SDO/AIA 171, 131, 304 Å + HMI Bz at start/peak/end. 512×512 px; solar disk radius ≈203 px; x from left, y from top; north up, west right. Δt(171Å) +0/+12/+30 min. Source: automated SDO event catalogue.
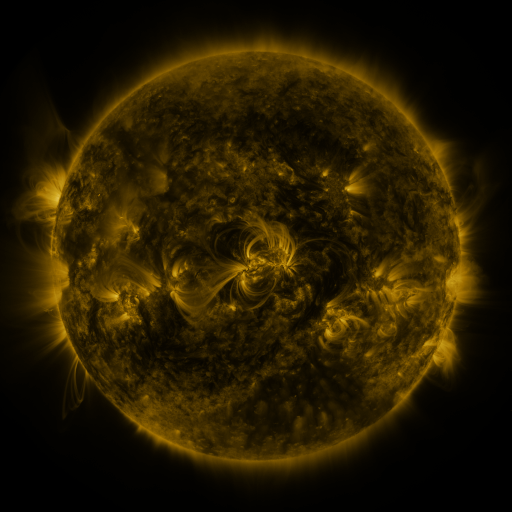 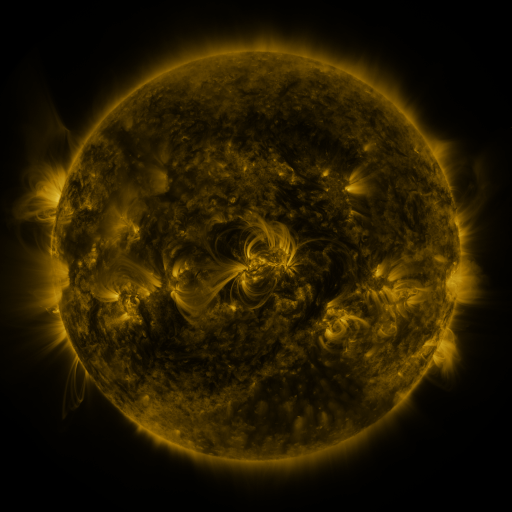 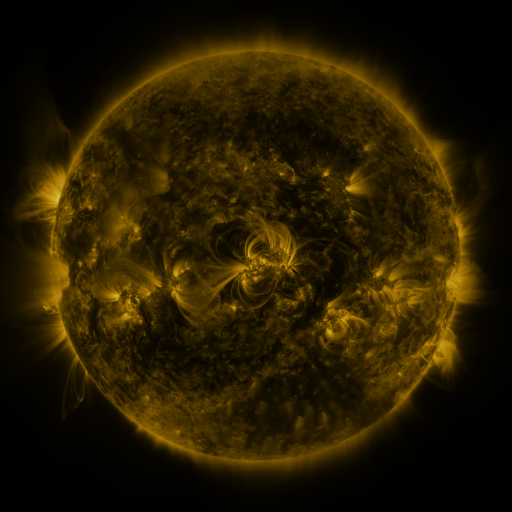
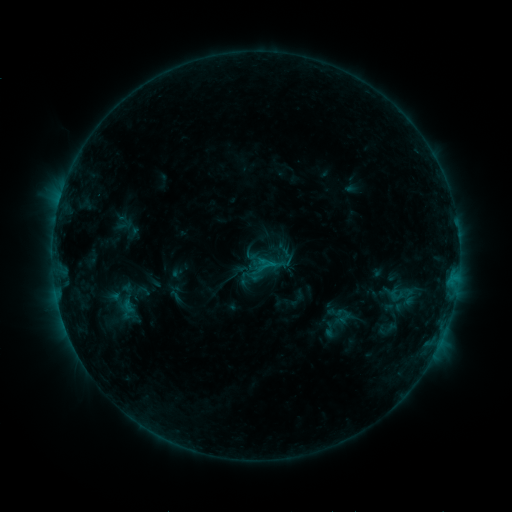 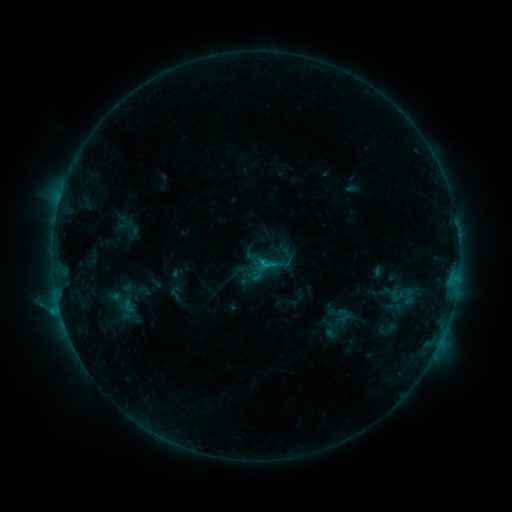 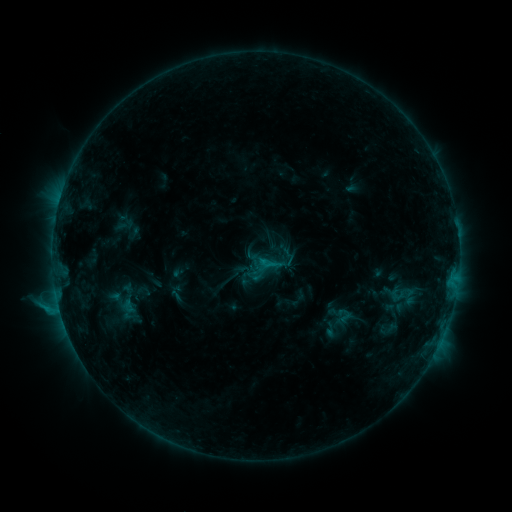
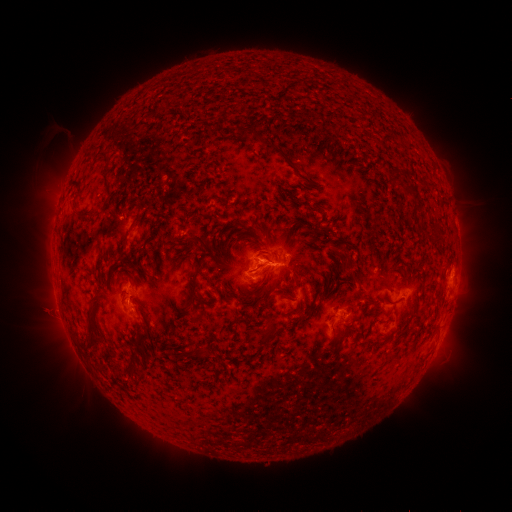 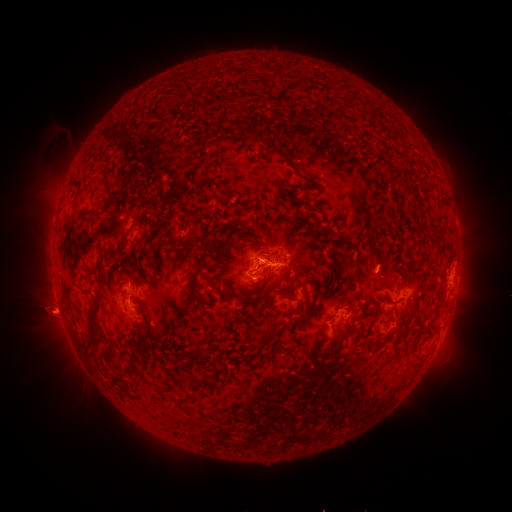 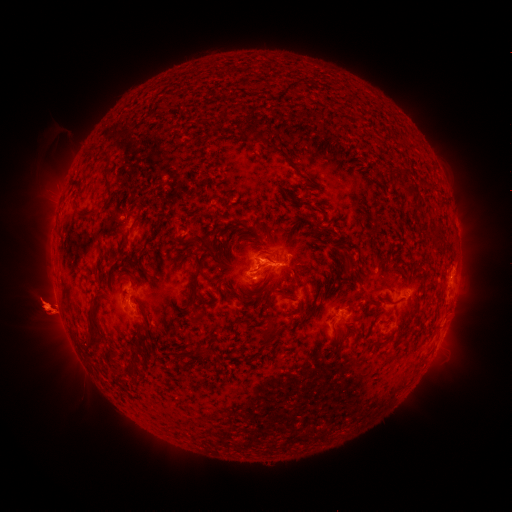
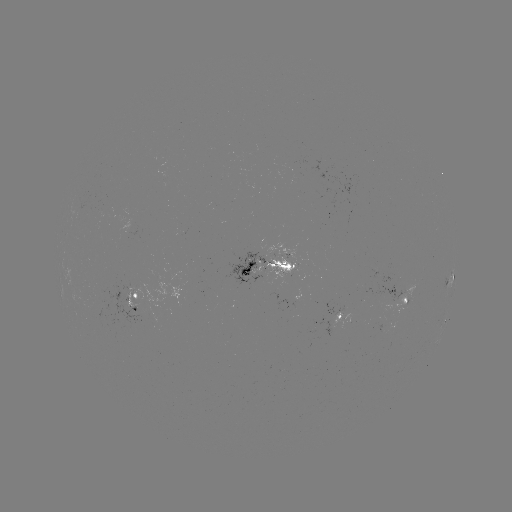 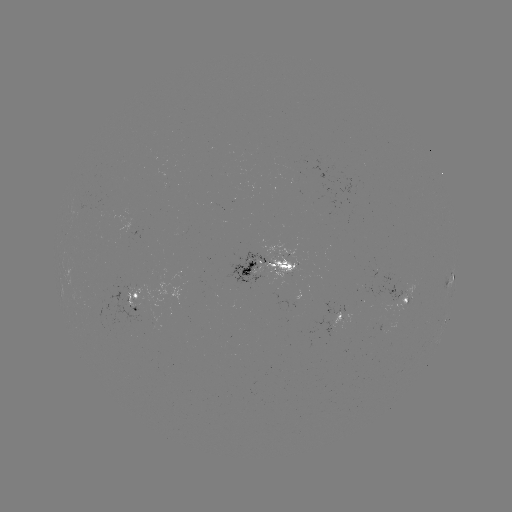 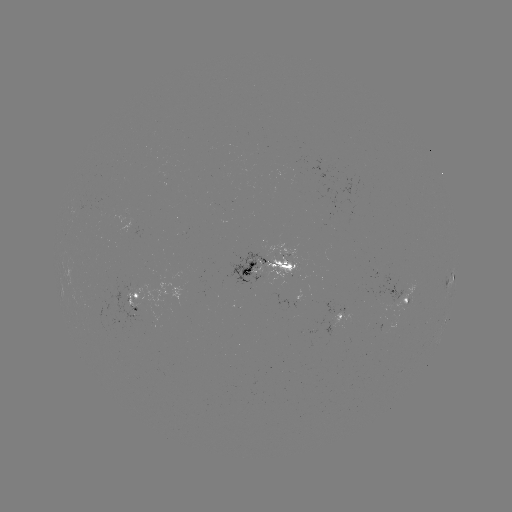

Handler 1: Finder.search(eruption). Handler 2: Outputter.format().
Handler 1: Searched eruption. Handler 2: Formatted [49, 313].